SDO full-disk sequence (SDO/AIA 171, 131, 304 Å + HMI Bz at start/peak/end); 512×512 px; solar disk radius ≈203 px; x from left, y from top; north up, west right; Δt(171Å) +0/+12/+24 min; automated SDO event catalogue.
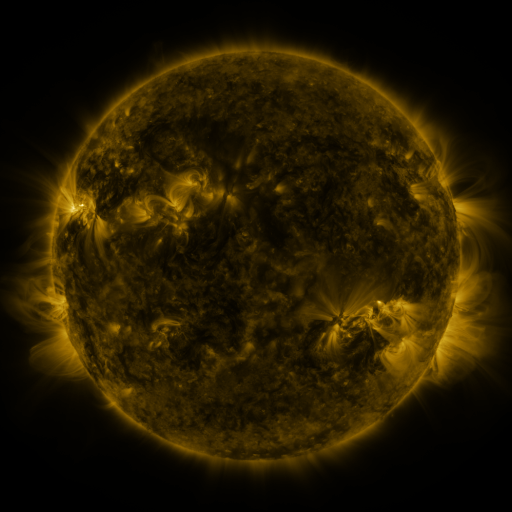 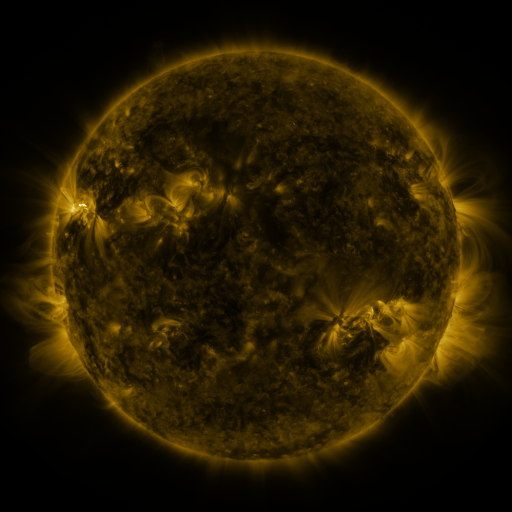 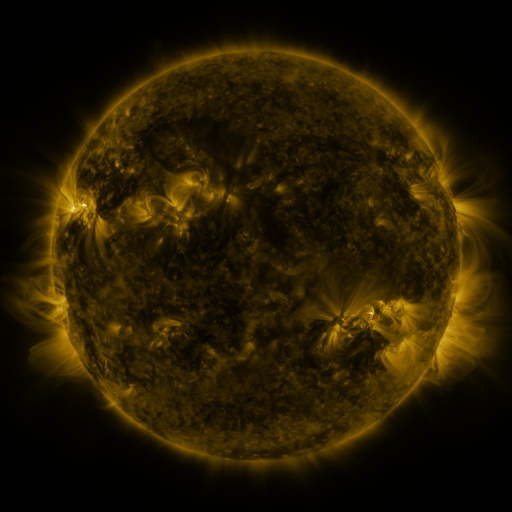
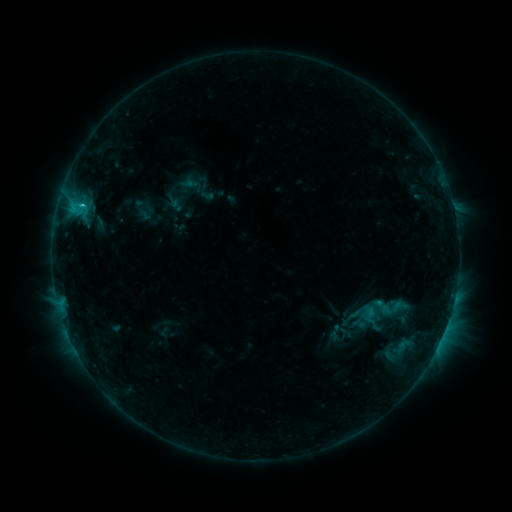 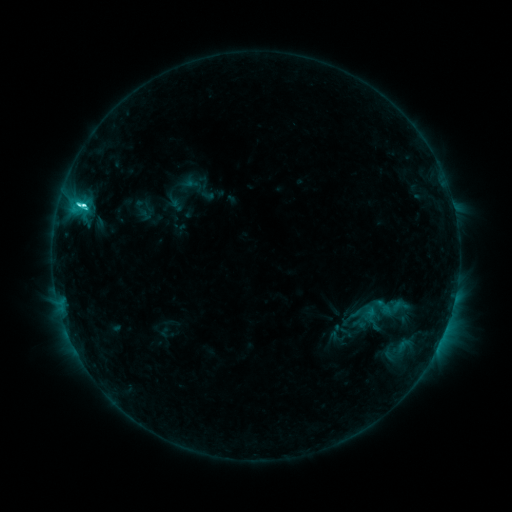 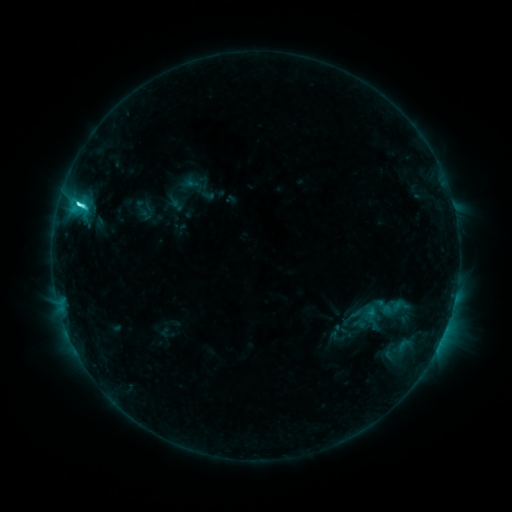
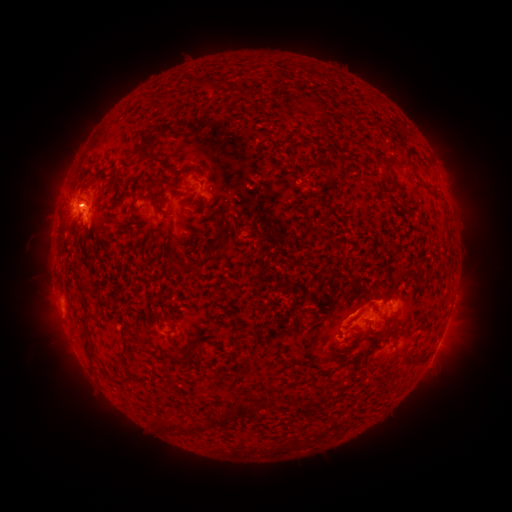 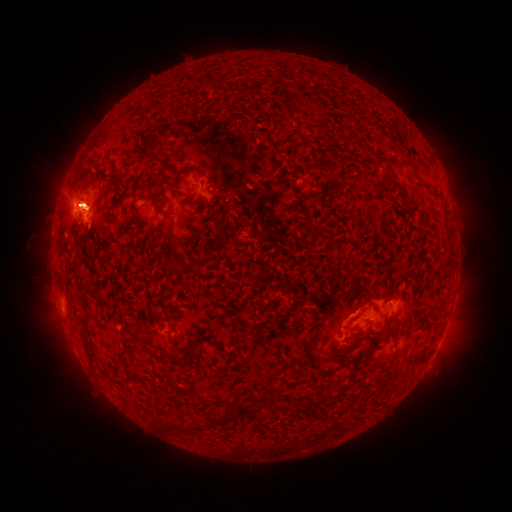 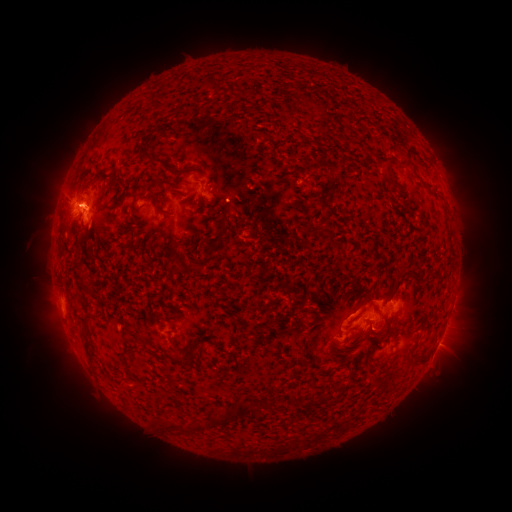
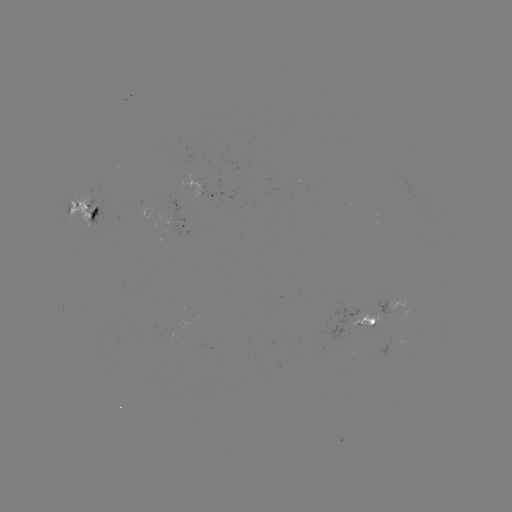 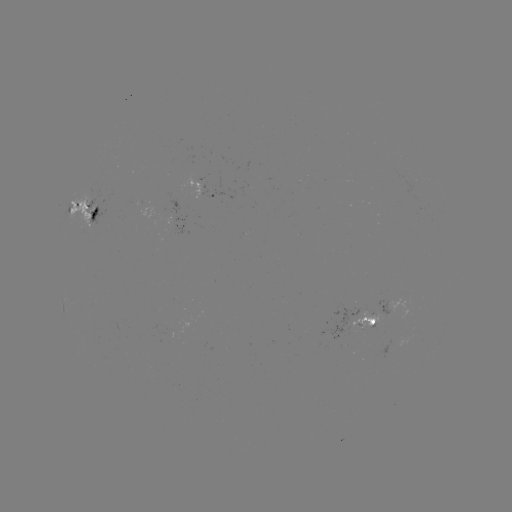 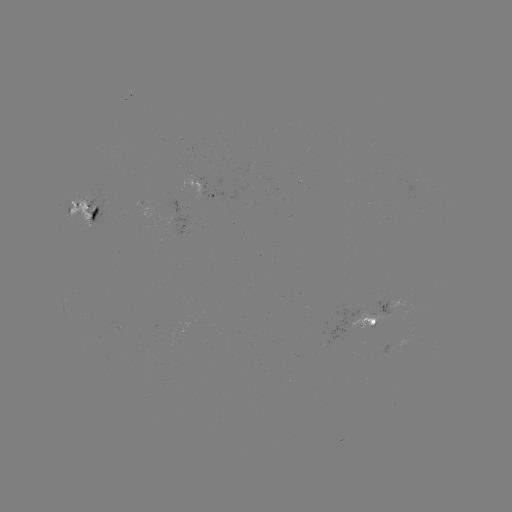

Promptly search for C7.1 flare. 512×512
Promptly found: [85, 207].